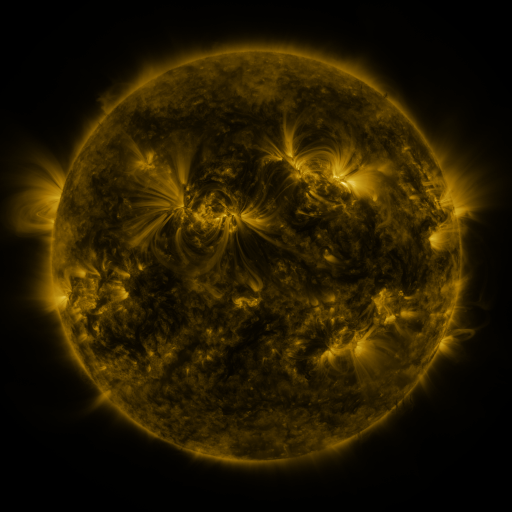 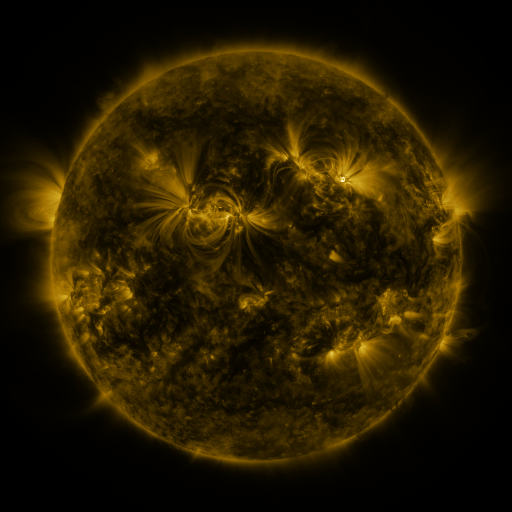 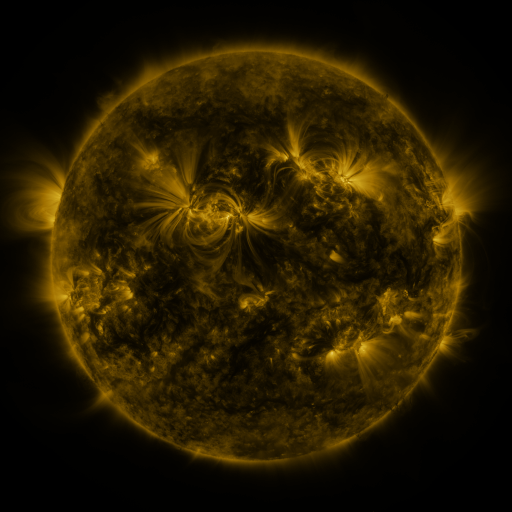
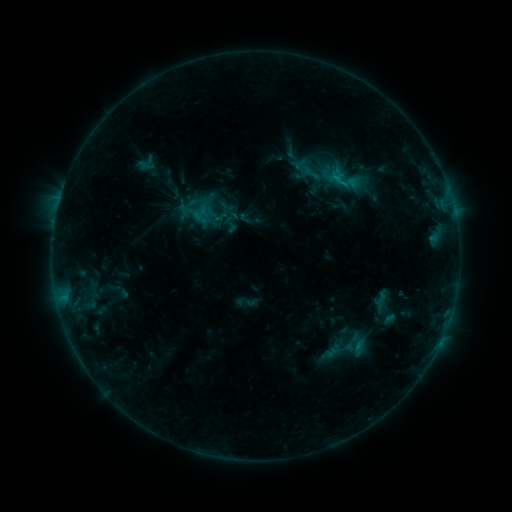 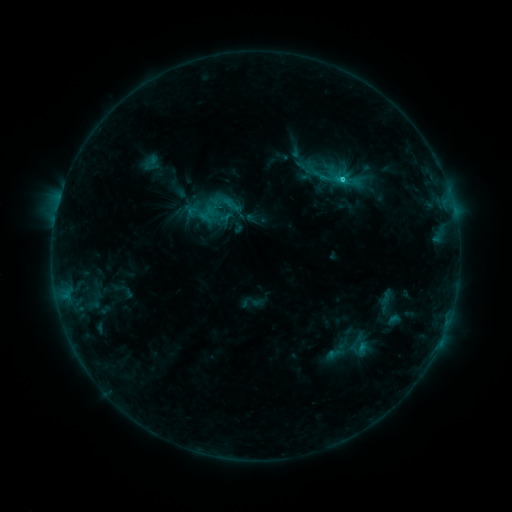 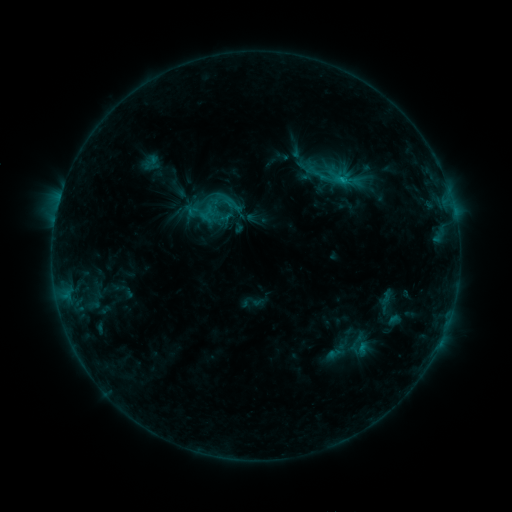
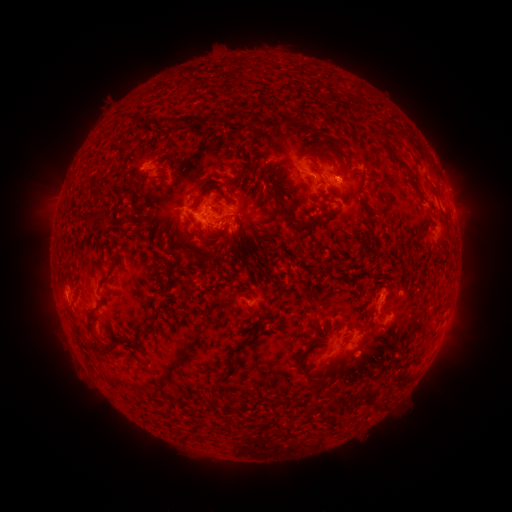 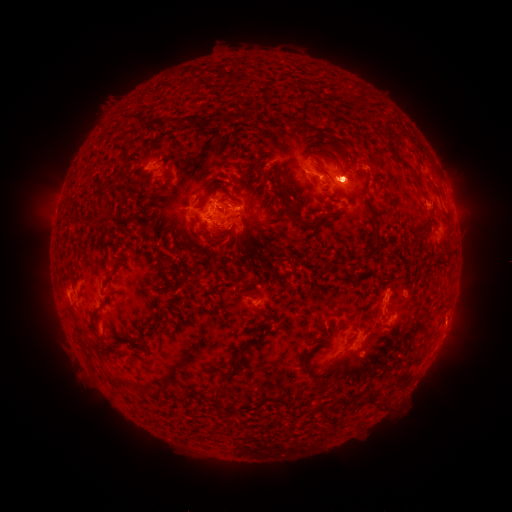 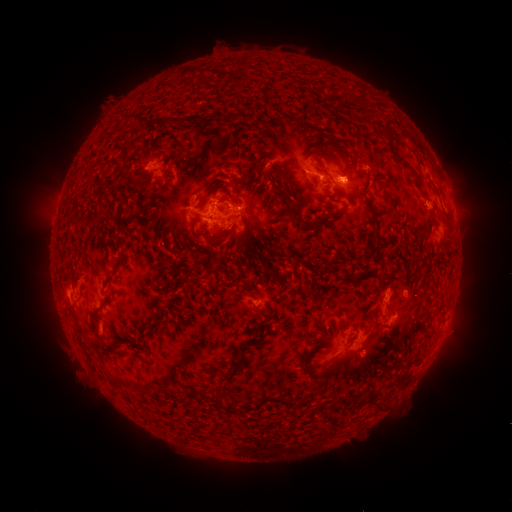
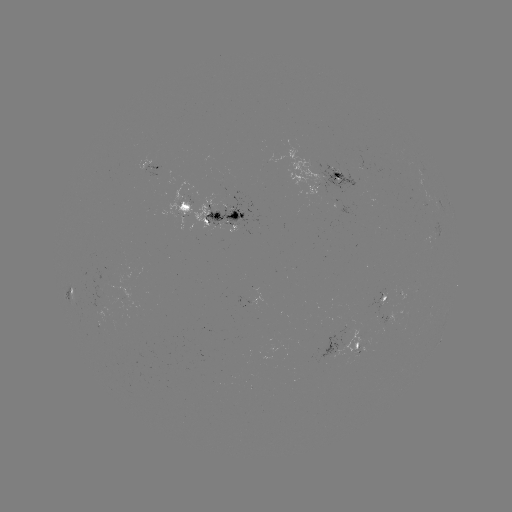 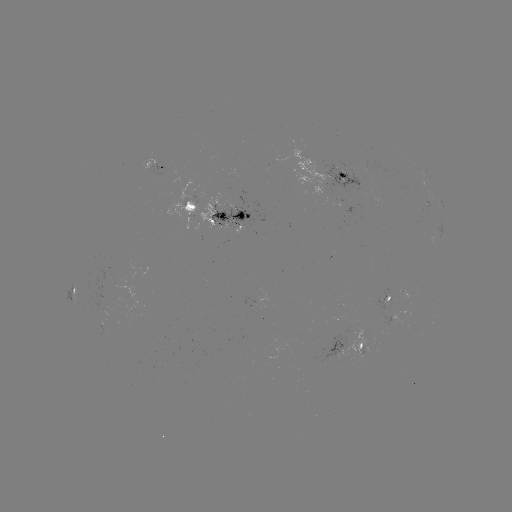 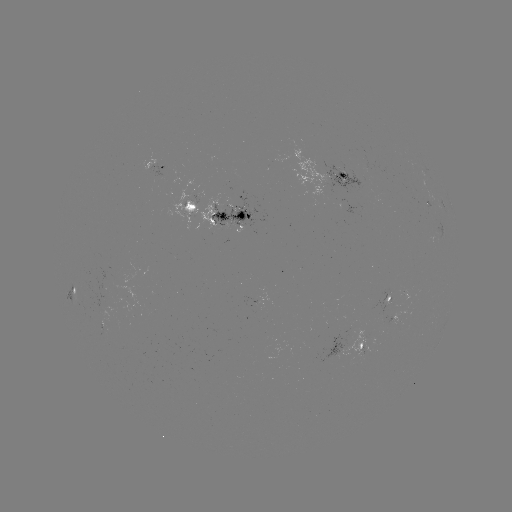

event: emerging-flux region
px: (404, 294)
